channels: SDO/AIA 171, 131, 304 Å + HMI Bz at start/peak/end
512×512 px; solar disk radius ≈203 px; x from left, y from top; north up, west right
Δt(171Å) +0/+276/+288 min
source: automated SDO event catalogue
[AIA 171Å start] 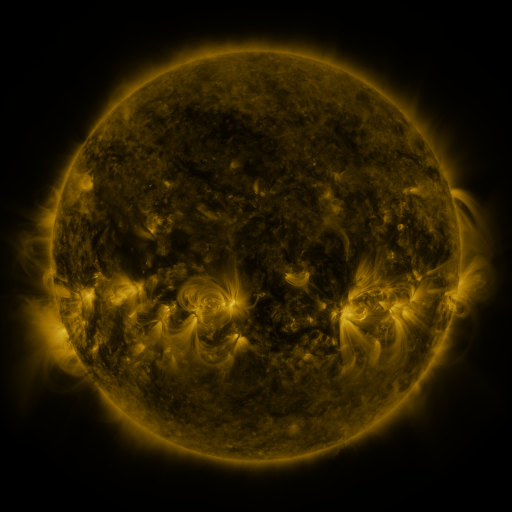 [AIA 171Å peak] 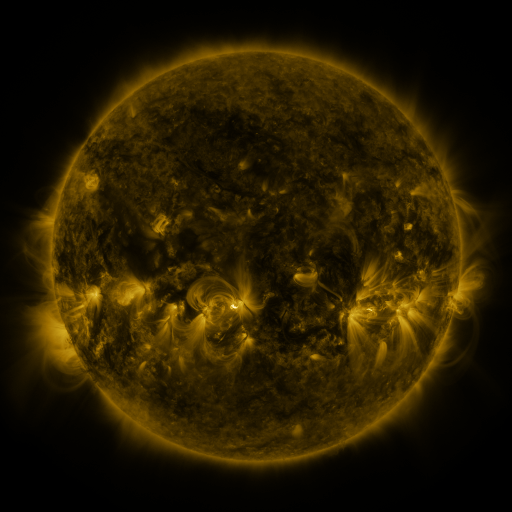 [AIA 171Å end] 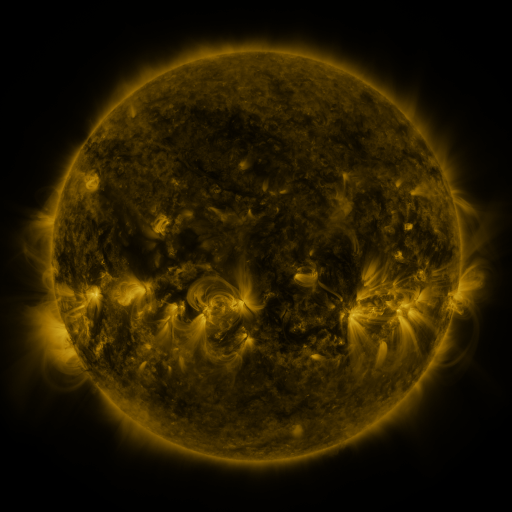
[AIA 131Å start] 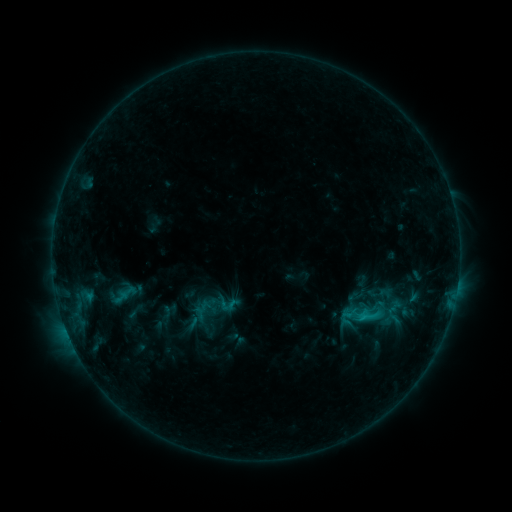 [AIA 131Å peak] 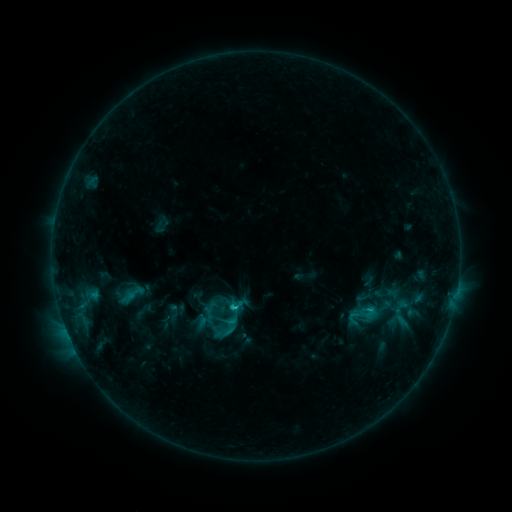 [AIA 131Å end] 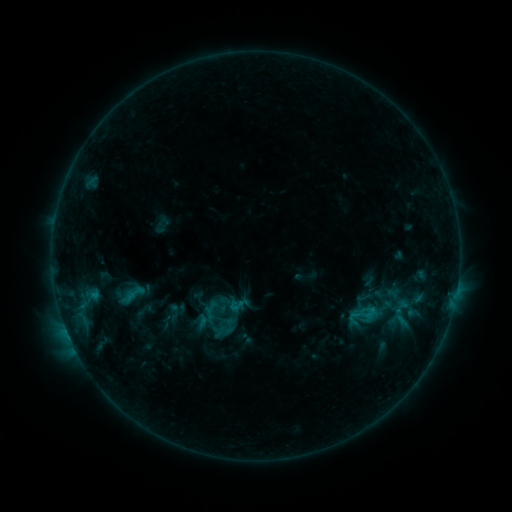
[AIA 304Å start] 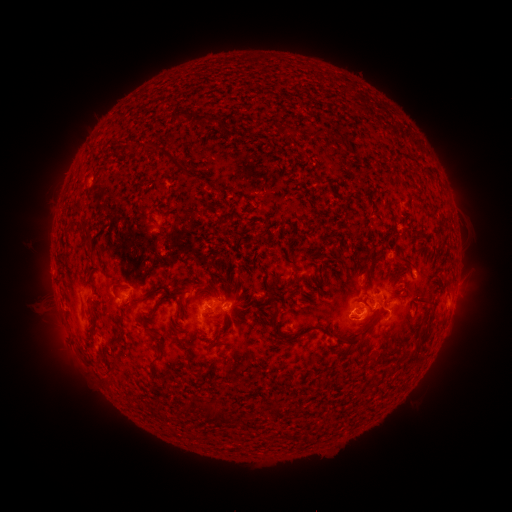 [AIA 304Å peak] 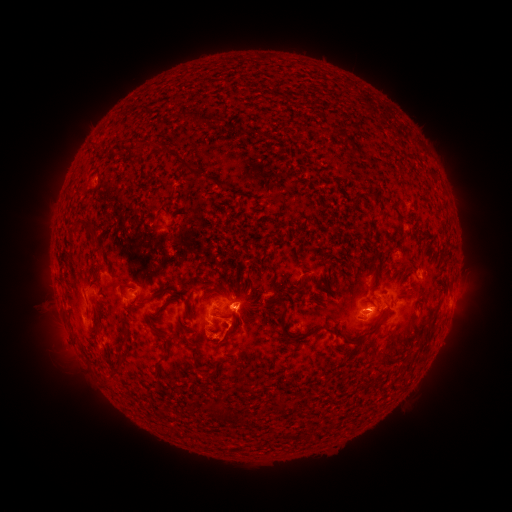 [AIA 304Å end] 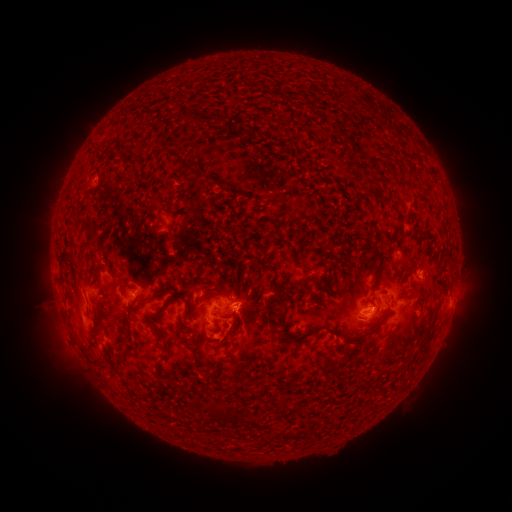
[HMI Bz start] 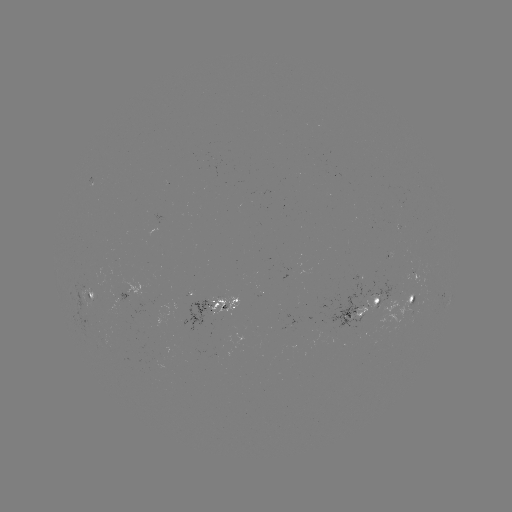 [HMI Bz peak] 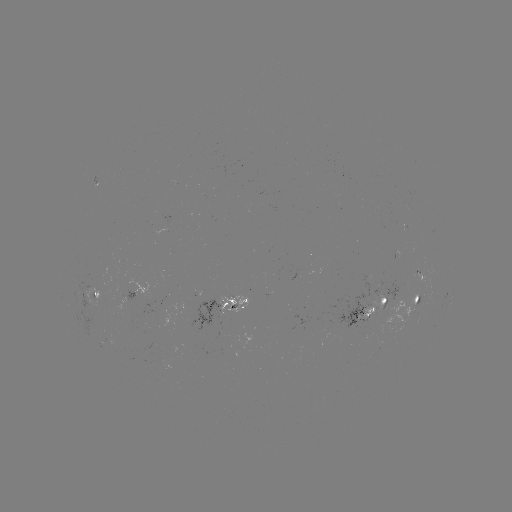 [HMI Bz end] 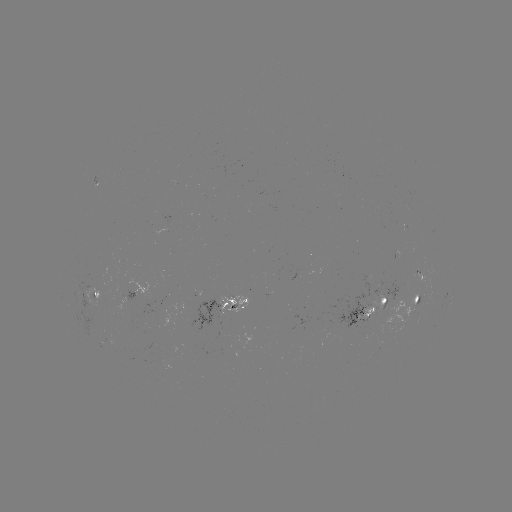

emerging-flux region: [372, 296, 385, 312]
